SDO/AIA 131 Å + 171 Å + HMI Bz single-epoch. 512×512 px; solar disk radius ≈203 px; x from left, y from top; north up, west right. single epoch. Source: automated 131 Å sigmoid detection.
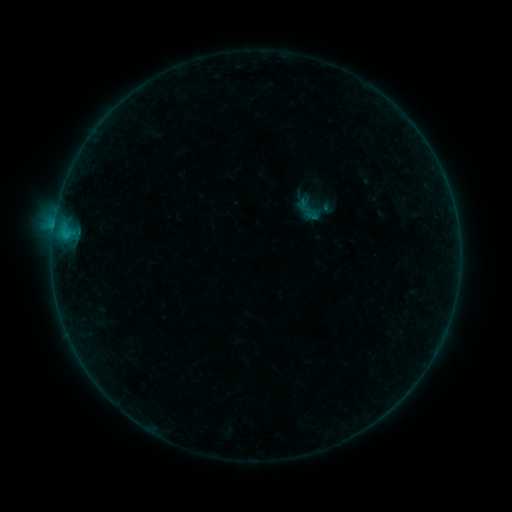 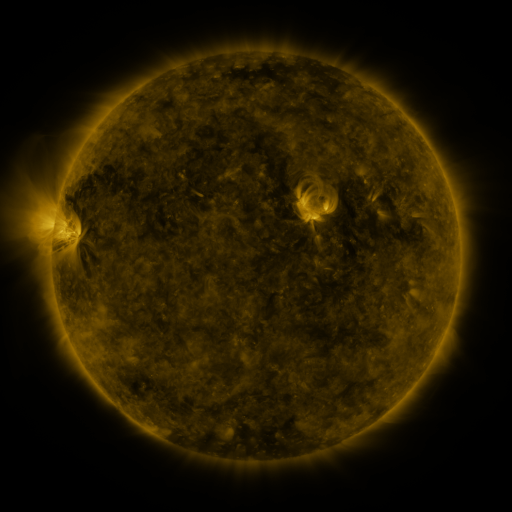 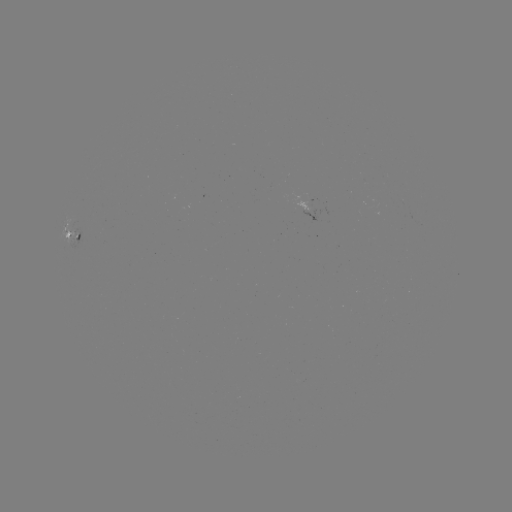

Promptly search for sigmoid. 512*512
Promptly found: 308,210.